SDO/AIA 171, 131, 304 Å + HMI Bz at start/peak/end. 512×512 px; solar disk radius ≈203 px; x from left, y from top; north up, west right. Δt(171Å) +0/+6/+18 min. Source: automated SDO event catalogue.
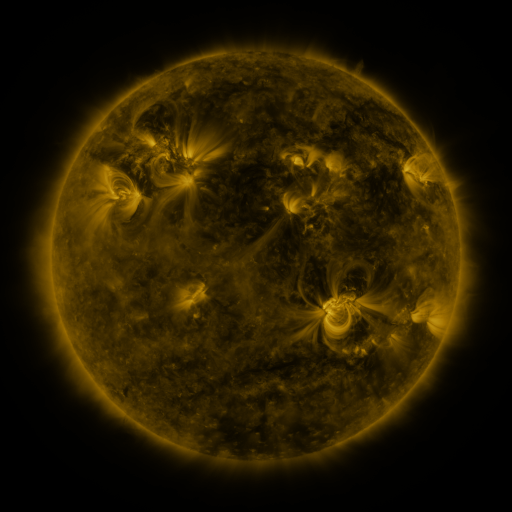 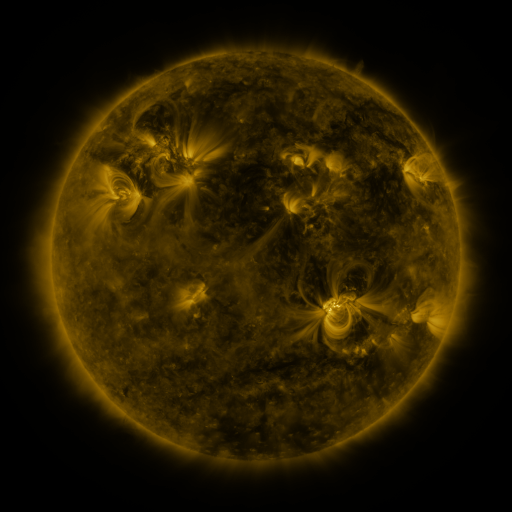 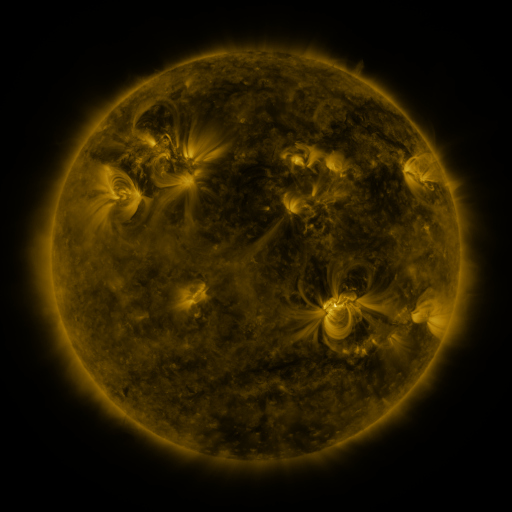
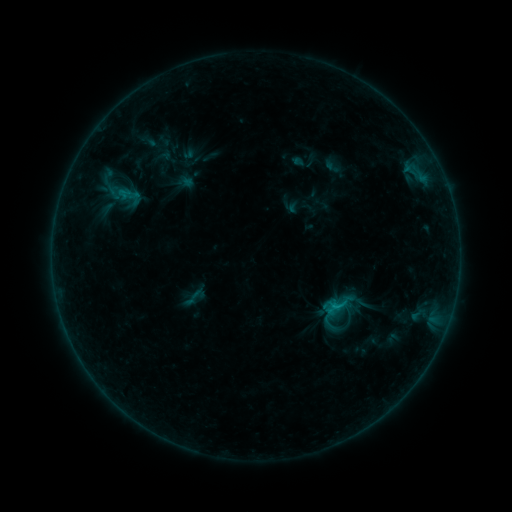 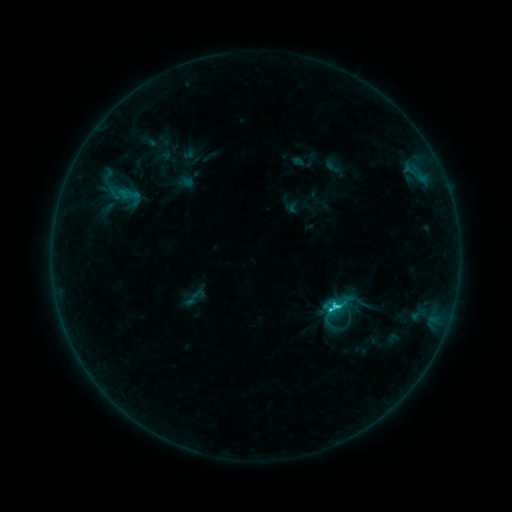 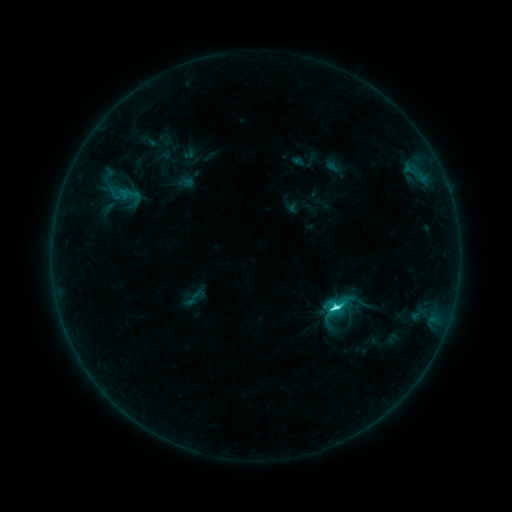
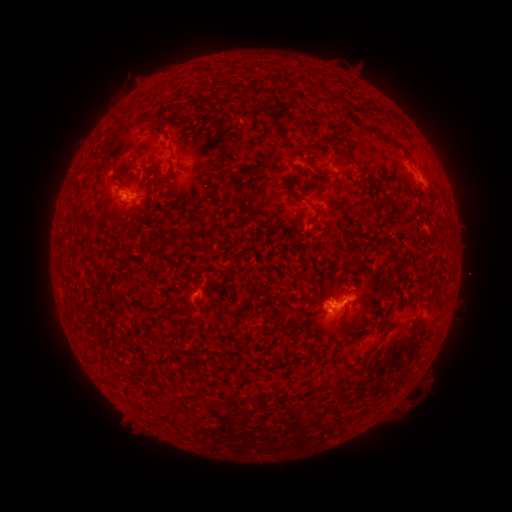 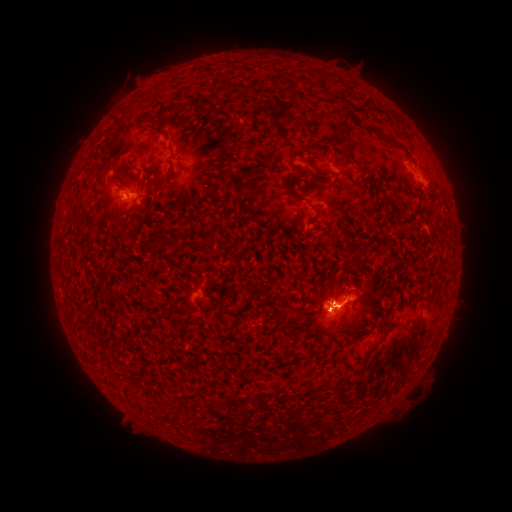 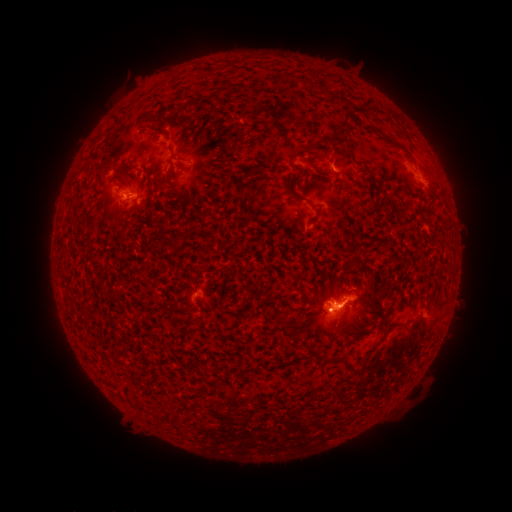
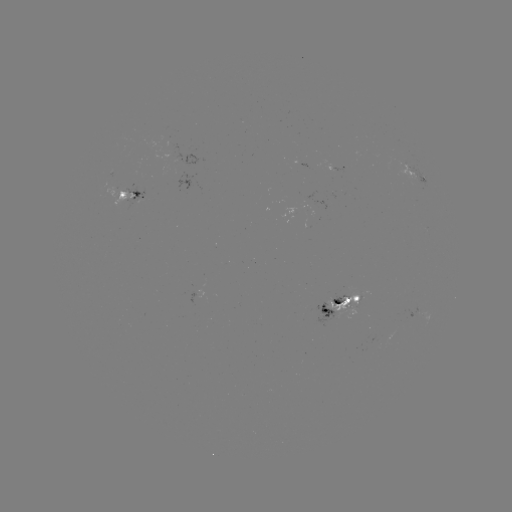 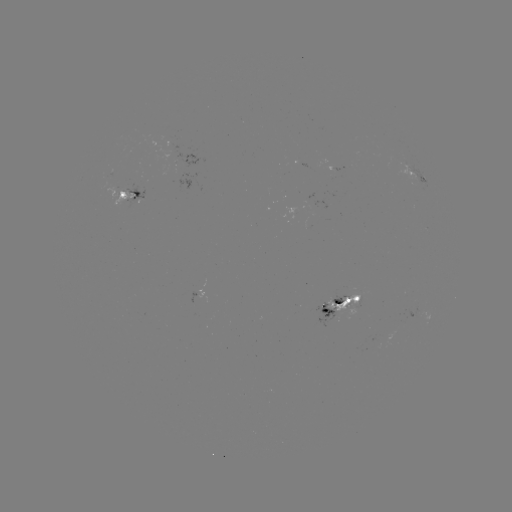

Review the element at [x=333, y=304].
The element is M1.0 flare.